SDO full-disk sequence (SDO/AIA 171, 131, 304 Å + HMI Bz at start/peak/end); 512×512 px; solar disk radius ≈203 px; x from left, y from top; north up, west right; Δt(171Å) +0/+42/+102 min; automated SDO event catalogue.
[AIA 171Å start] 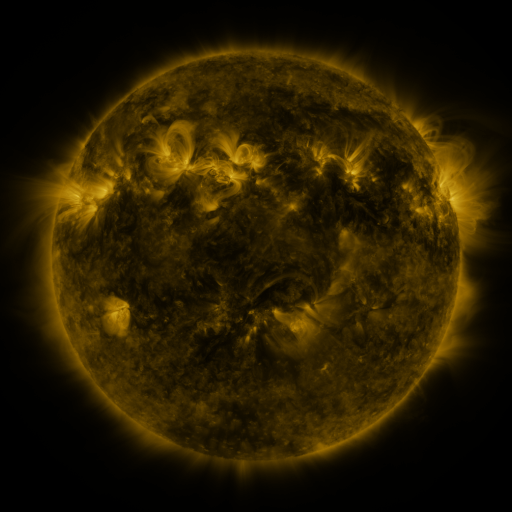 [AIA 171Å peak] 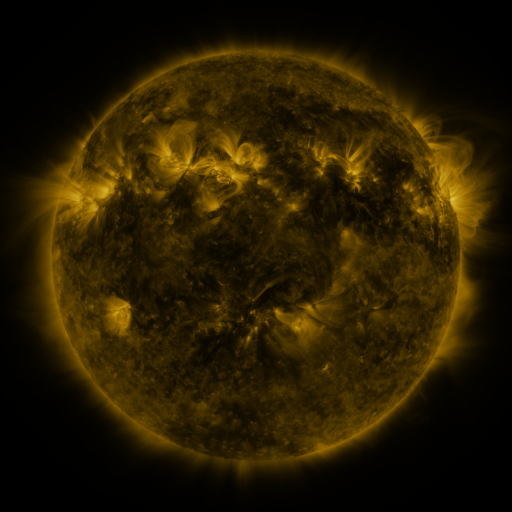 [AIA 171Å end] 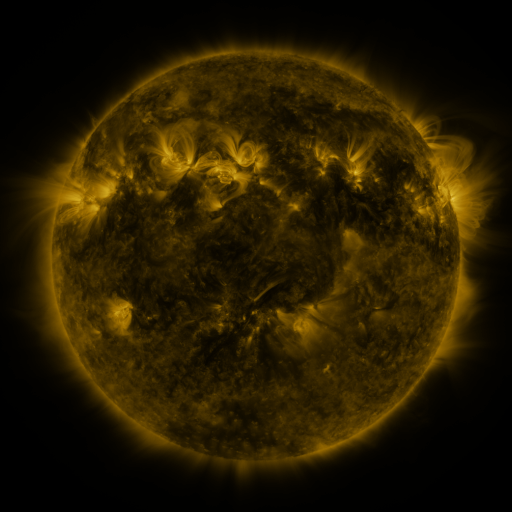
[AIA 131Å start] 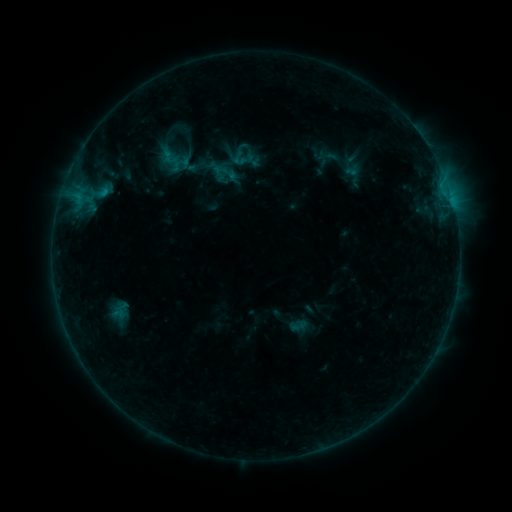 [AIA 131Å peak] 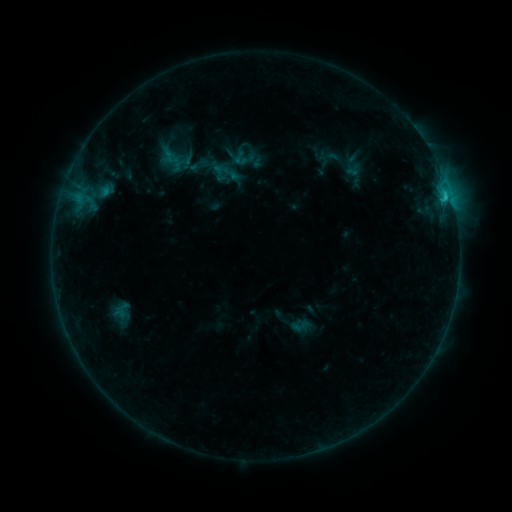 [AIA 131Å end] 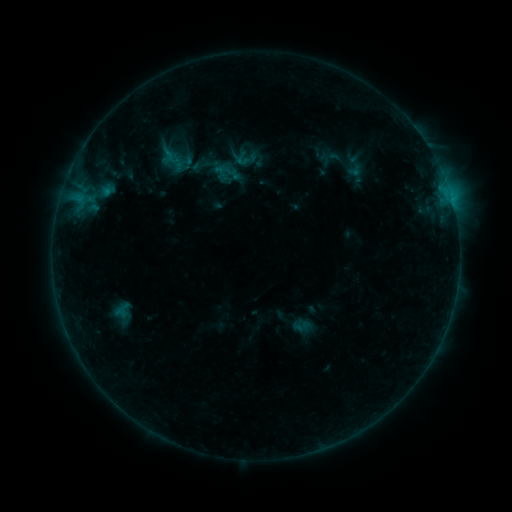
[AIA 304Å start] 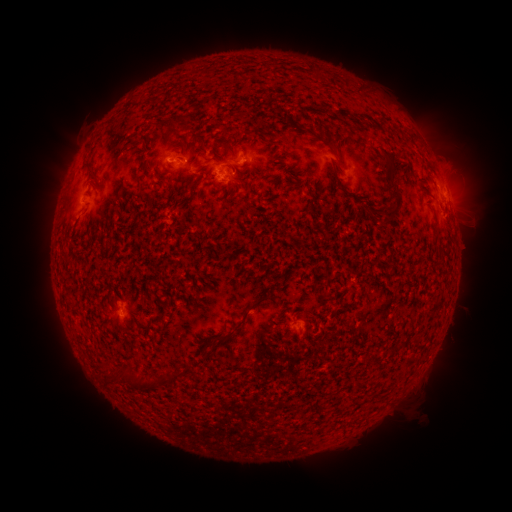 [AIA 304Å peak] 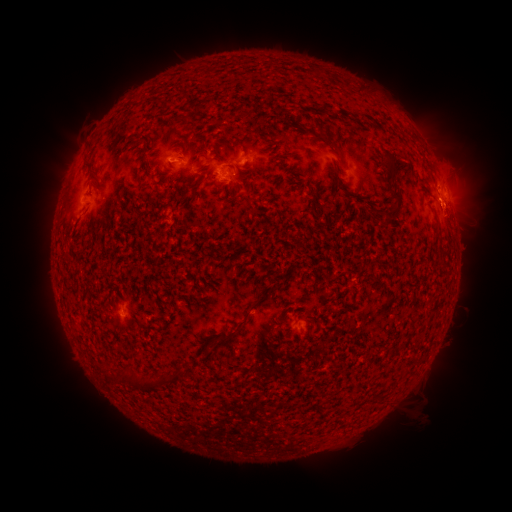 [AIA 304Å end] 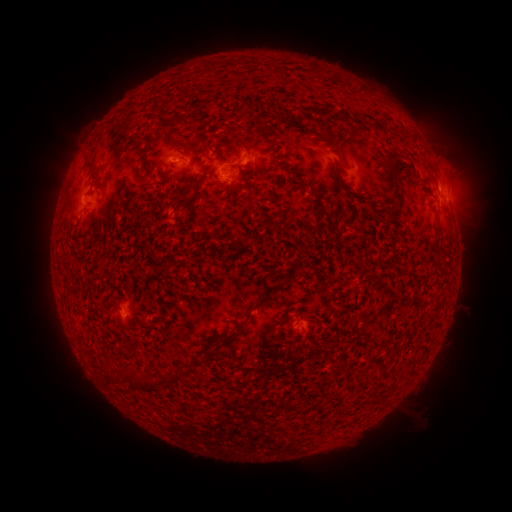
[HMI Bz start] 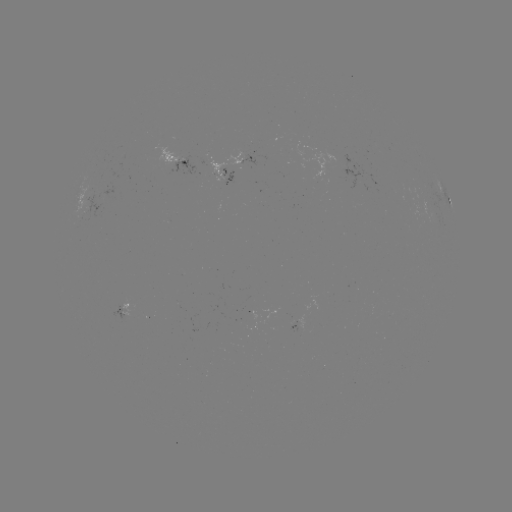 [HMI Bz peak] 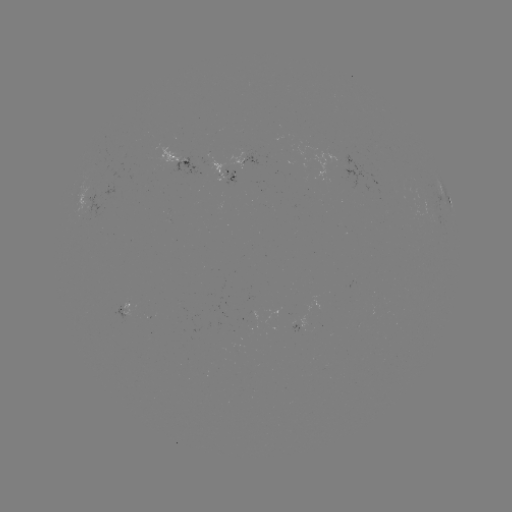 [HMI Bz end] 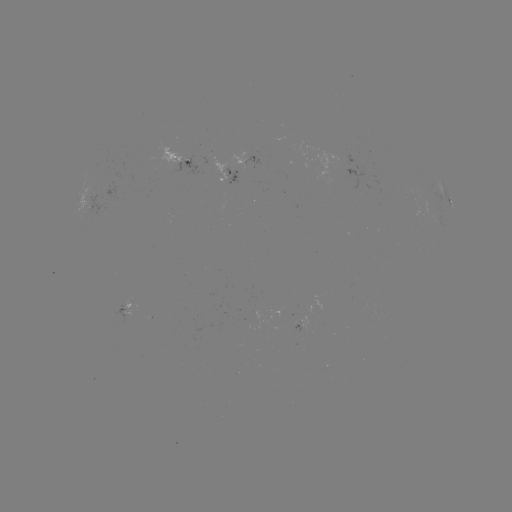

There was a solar flare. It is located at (443, 197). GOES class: C1.3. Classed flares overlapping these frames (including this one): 2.